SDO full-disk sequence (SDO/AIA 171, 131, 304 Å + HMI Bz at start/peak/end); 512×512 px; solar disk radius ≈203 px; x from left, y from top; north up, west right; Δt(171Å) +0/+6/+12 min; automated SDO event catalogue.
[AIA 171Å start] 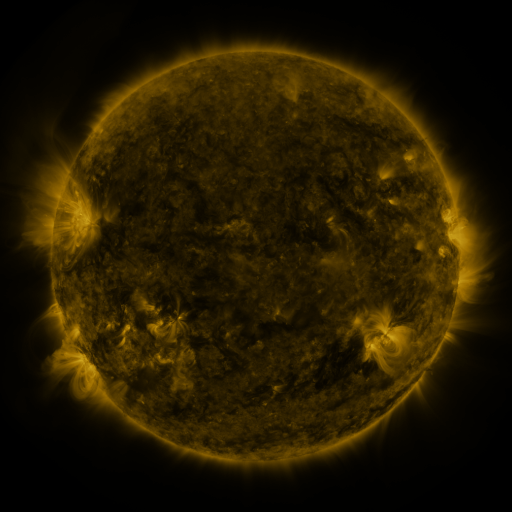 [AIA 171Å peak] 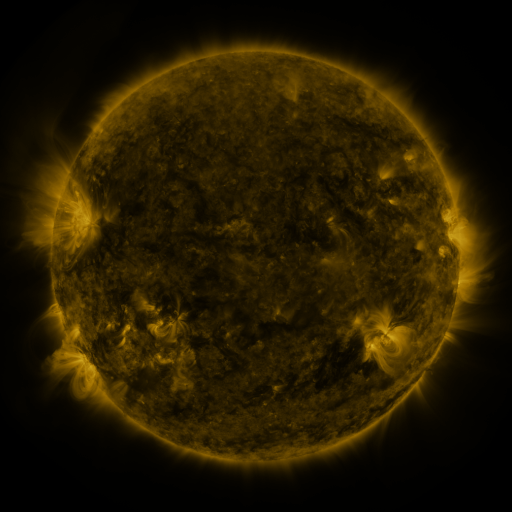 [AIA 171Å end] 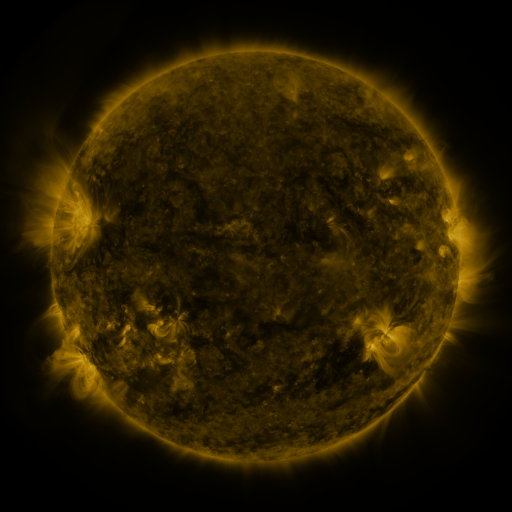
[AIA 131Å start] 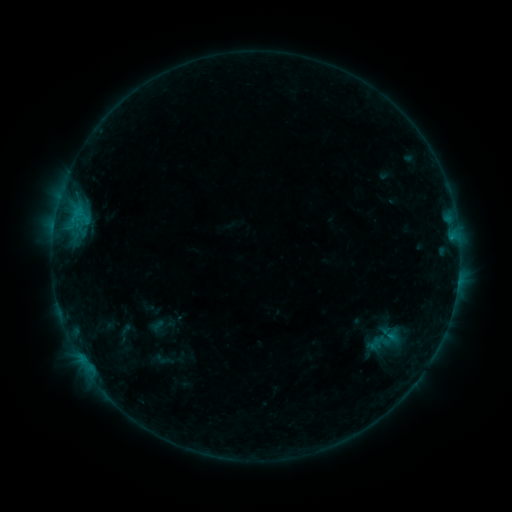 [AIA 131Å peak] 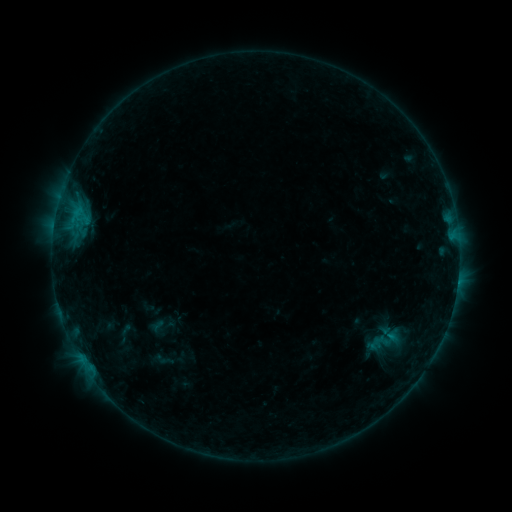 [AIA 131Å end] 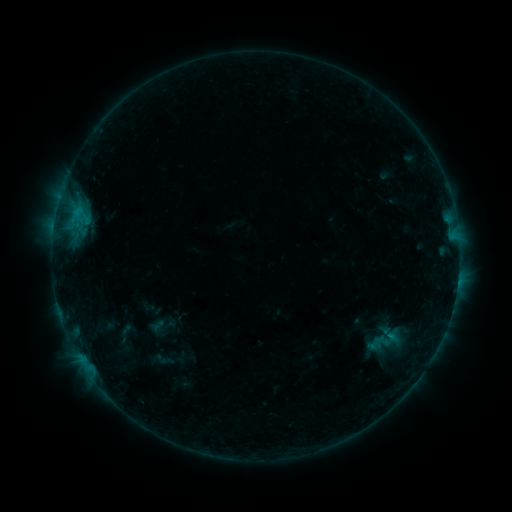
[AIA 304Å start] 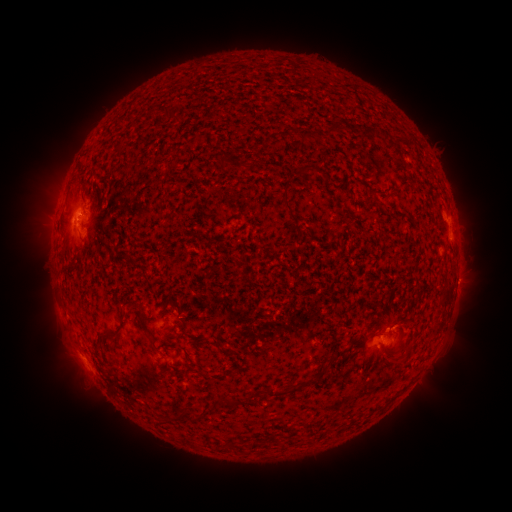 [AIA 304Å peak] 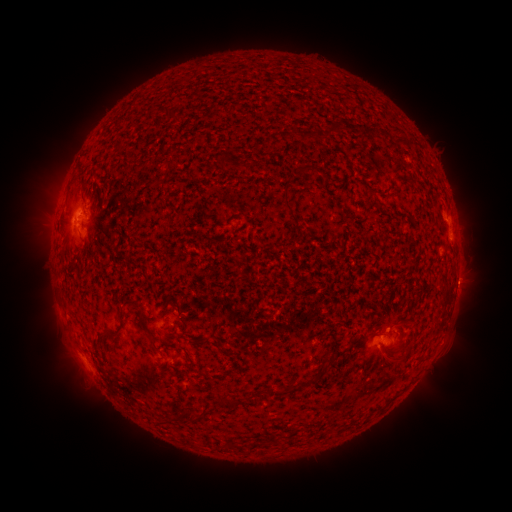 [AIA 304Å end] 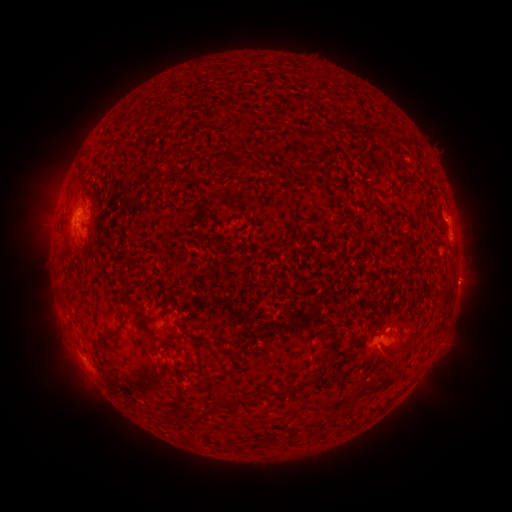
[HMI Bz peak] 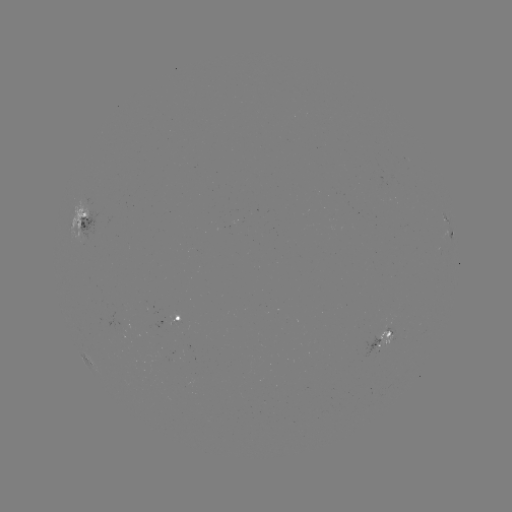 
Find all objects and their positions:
eruption: (450, 343)
